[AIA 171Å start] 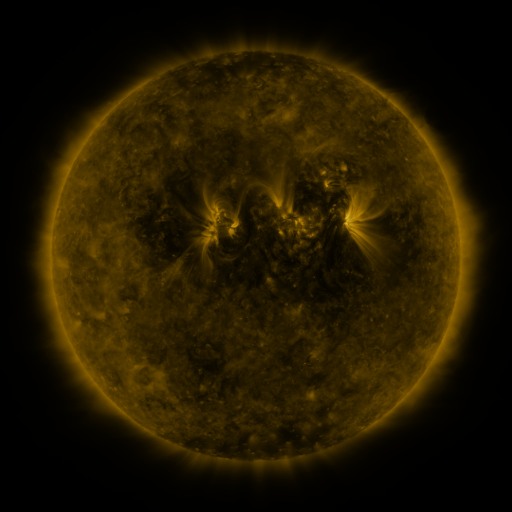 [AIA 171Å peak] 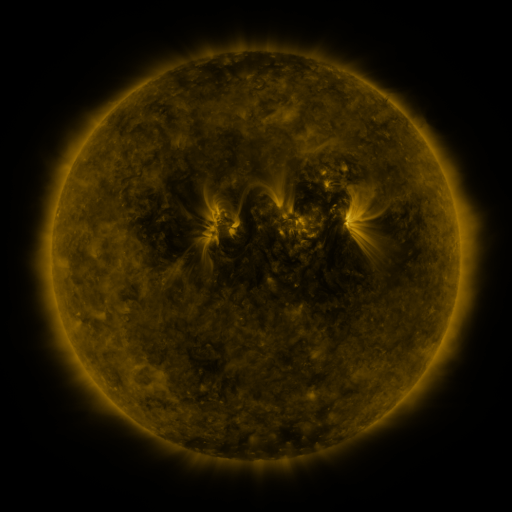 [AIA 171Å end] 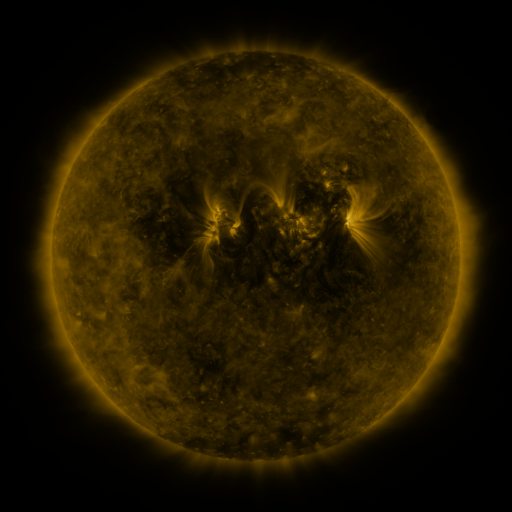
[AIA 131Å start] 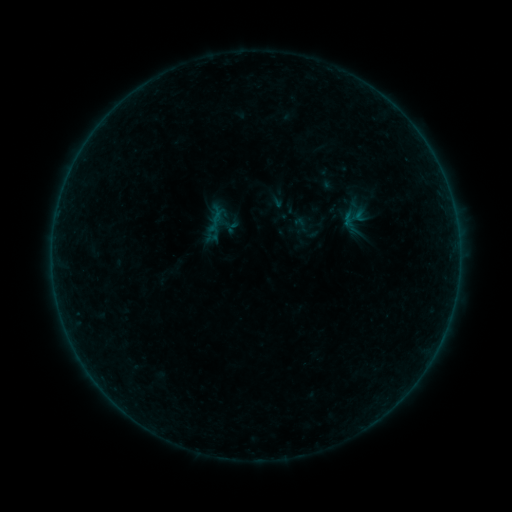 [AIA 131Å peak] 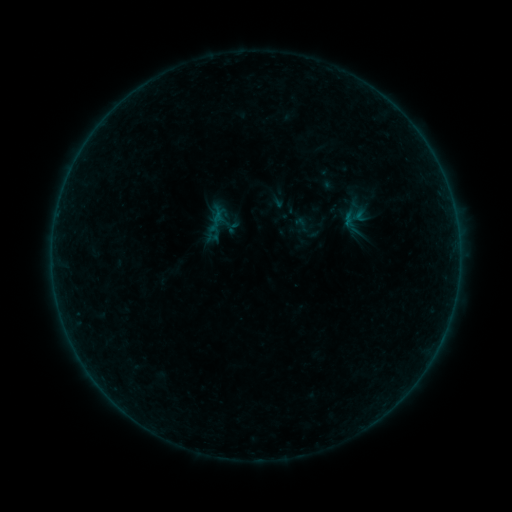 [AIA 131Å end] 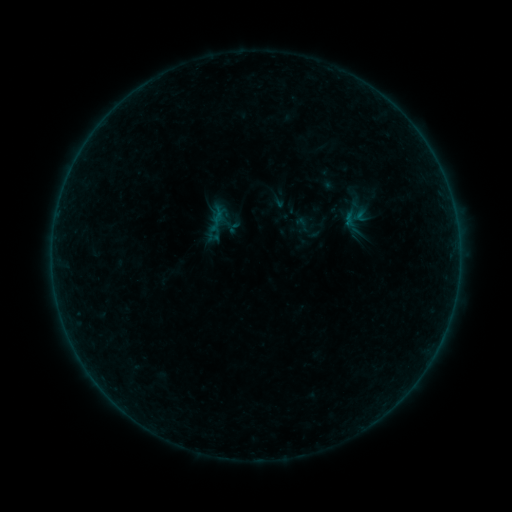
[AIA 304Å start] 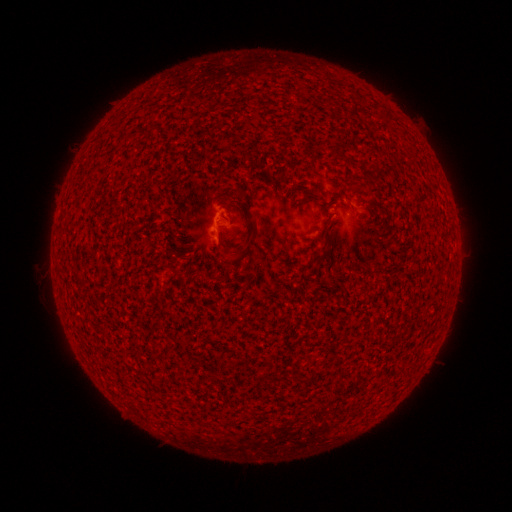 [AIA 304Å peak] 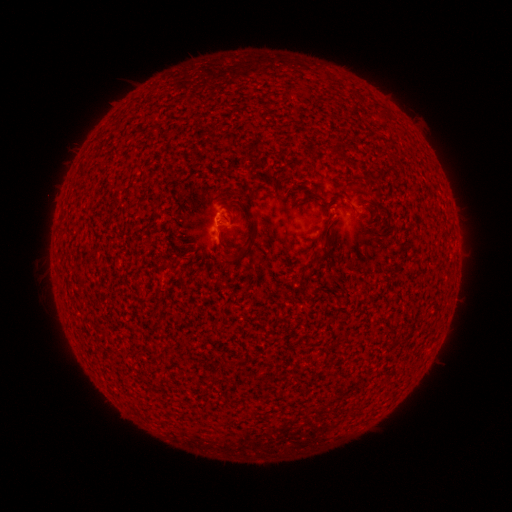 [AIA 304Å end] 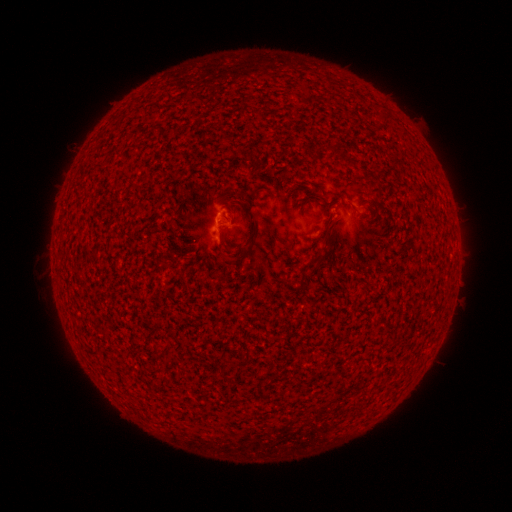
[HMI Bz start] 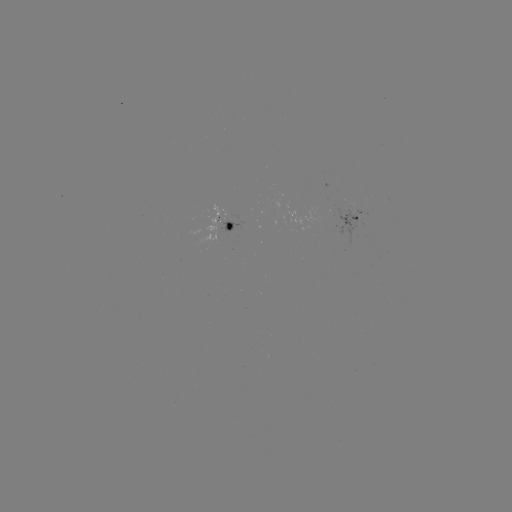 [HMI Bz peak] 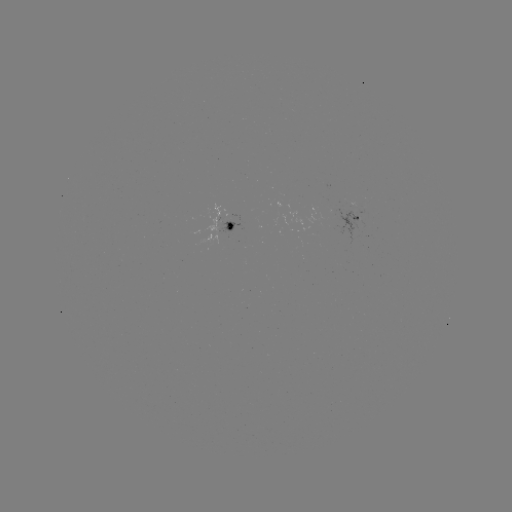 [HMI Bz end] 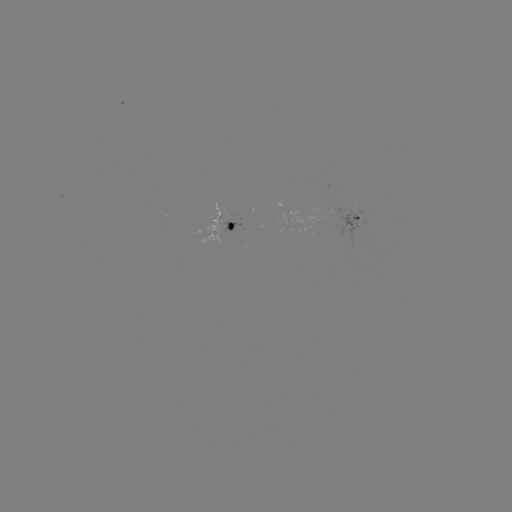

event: flare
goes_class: B1.4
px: (220, 220)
